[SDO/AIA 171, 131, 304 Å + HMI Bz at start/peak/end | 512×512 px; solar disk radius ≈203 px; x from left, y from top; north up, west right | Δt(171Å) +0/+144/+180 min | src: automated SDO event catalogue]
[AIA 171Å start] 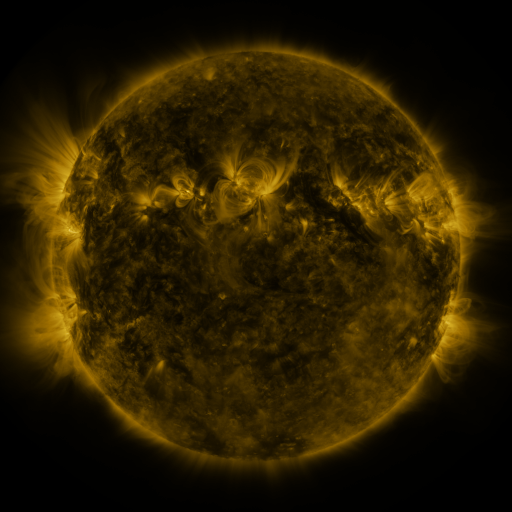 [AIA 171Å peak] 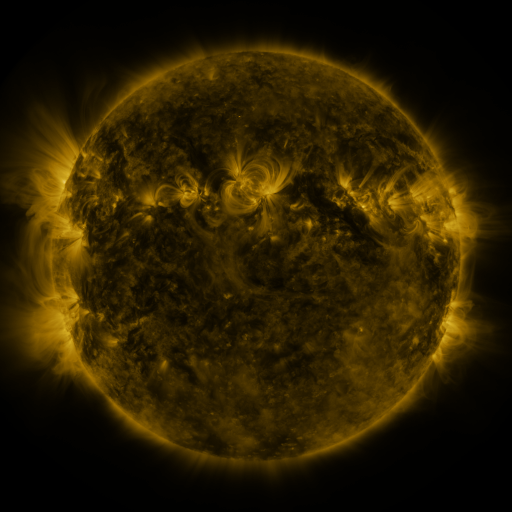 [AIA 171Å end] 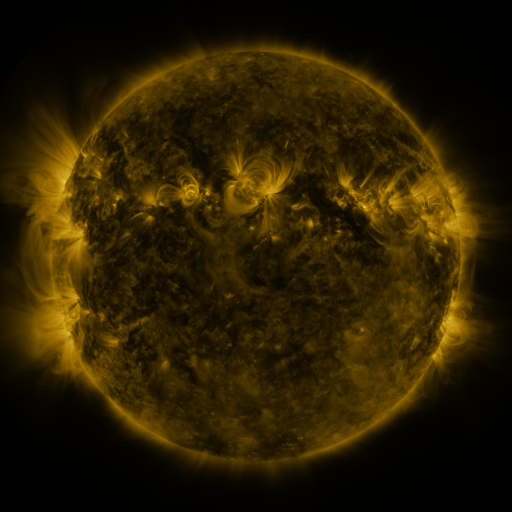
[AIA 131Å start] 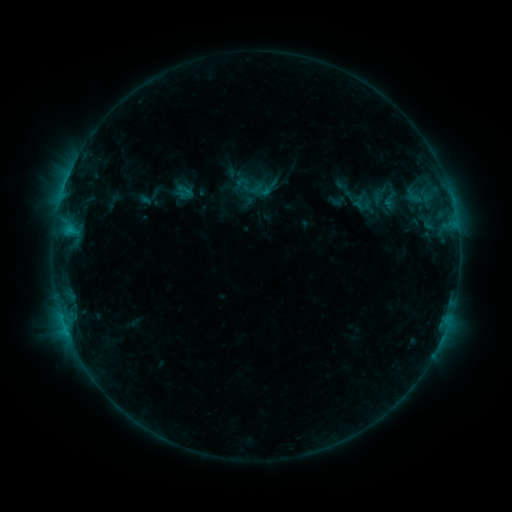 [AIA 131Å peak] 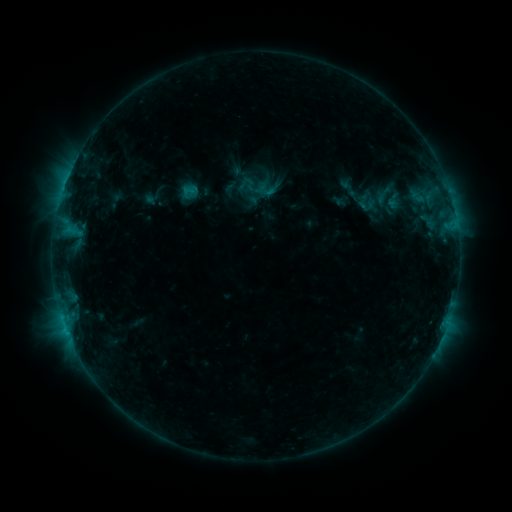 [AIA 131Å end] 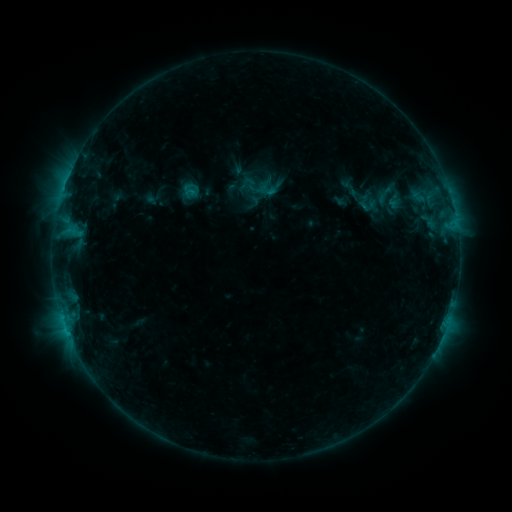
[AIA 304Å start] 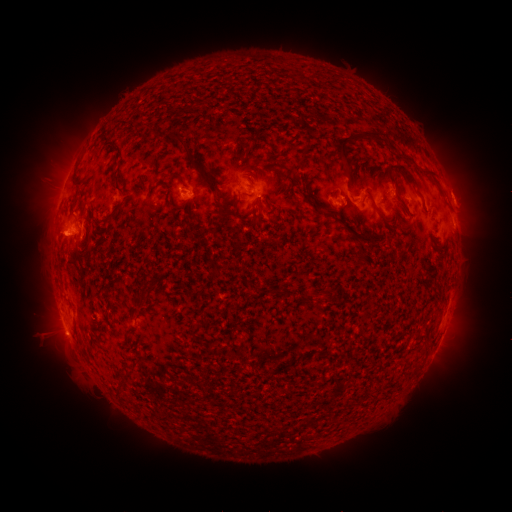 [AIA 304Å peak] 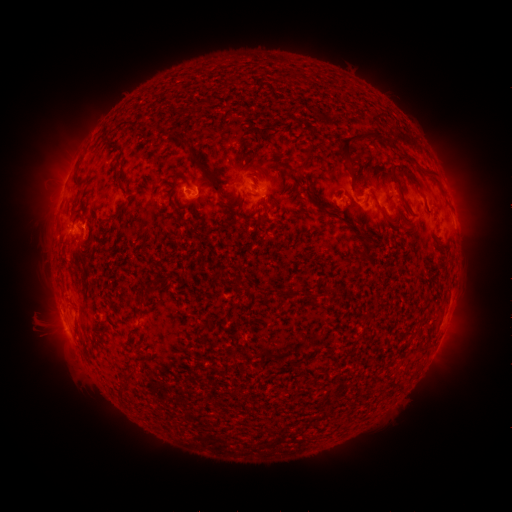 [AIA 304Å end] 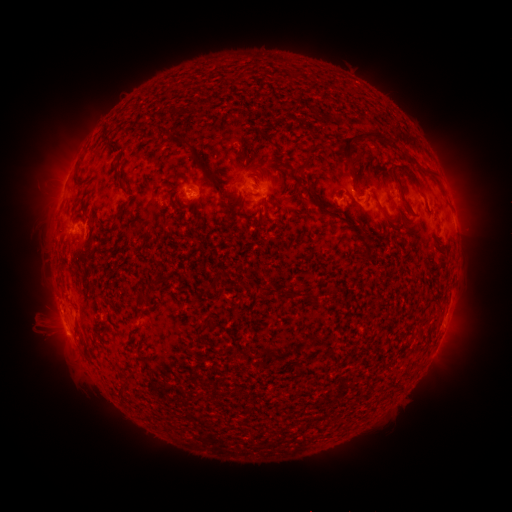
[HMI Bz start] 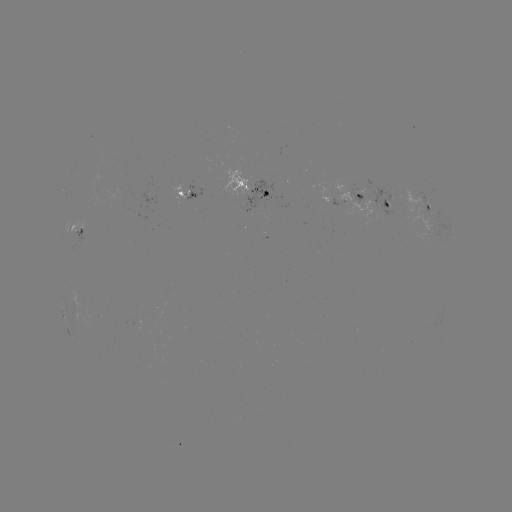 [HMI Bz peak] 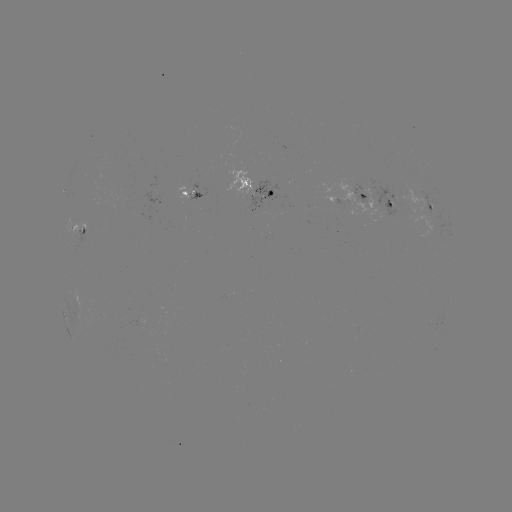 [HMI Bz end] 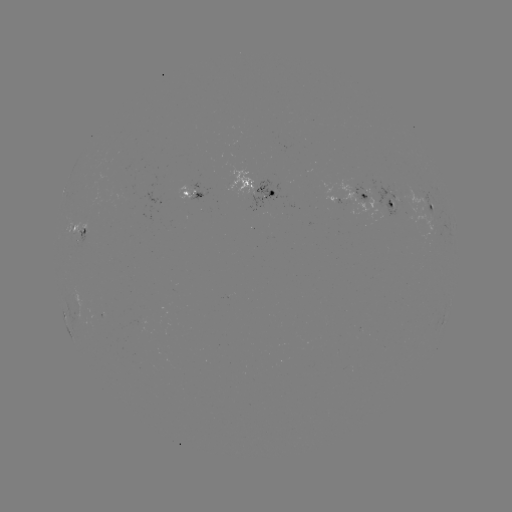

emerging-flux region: [359, 184, 406, 214]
